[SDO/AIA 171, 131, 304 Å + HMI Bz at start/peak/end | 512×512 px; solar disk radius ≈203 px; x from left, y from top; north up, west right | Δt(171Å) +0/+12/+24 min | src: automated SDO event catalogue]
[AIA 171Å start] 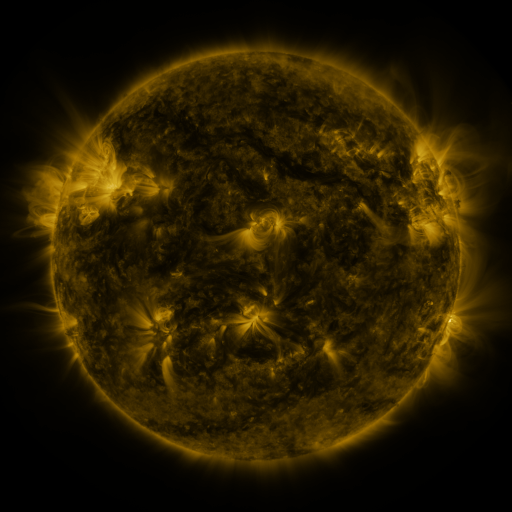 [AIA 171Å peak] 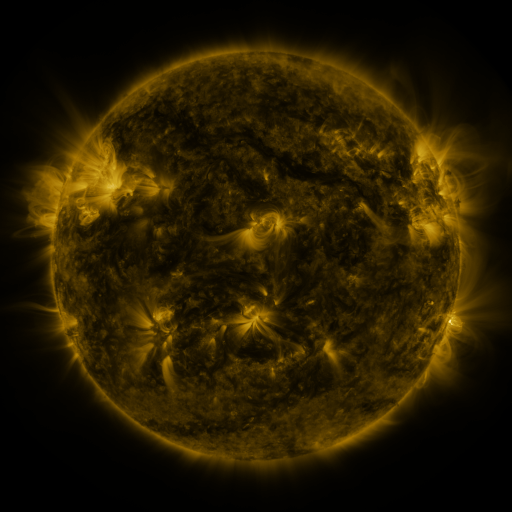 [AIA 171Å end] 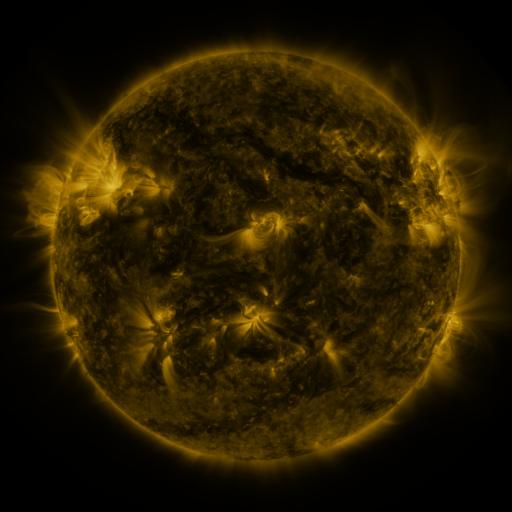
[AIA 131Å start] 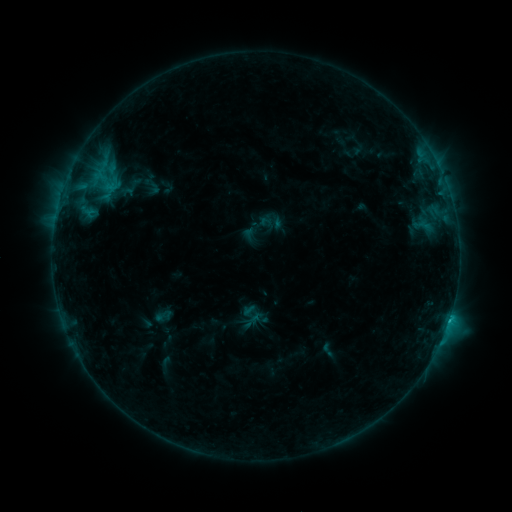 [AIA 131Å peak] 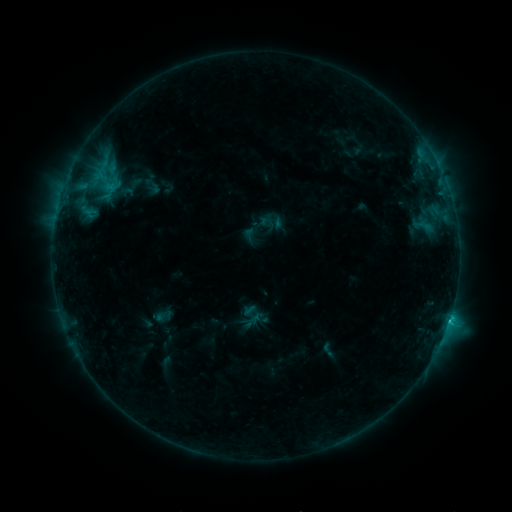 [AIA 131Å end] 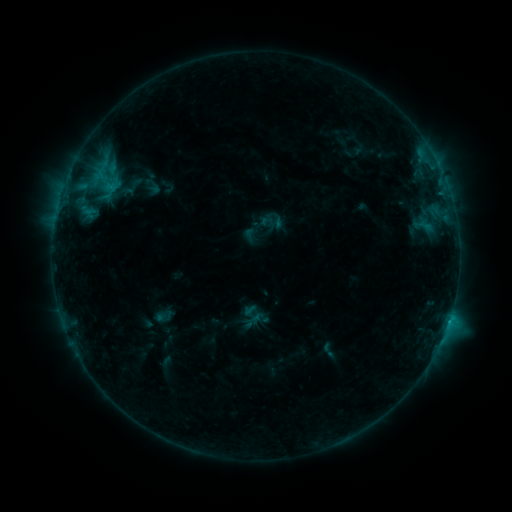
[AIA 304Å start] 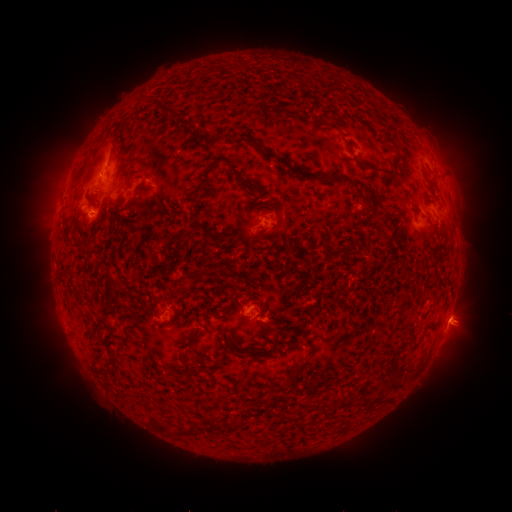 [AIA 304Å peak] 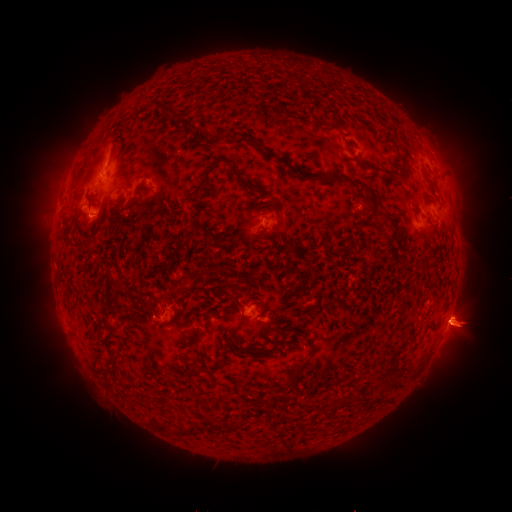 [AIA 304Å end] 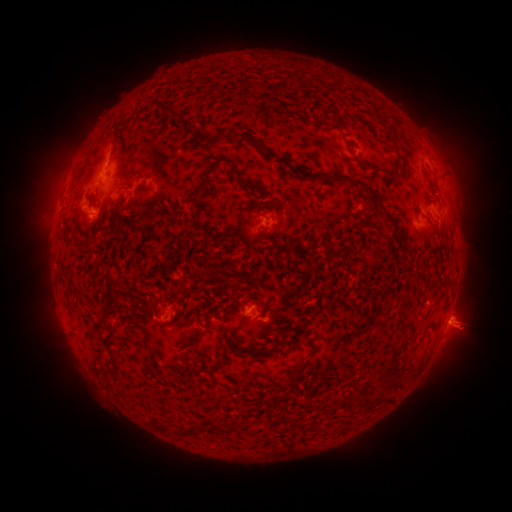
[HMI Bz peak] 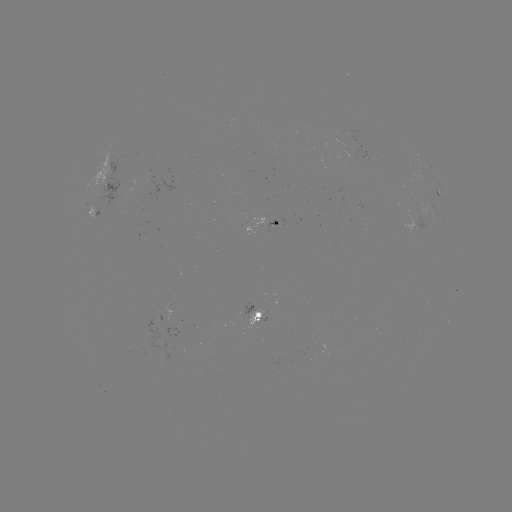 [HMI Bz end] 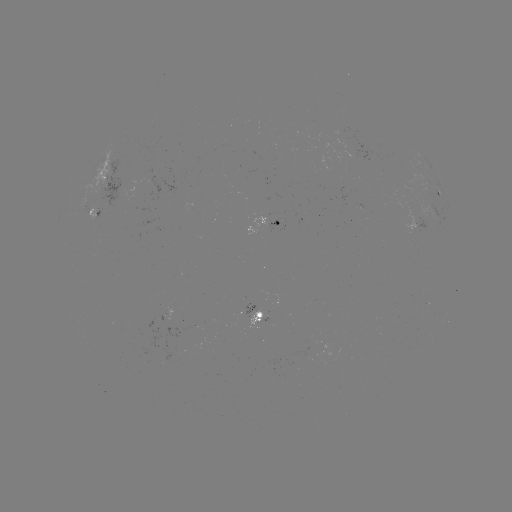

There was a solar eruption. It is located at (465, 328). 